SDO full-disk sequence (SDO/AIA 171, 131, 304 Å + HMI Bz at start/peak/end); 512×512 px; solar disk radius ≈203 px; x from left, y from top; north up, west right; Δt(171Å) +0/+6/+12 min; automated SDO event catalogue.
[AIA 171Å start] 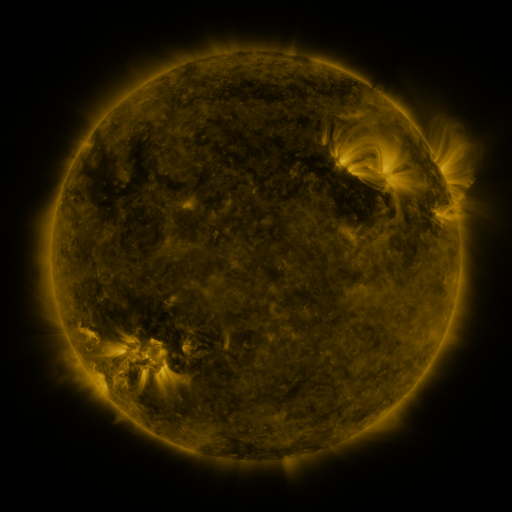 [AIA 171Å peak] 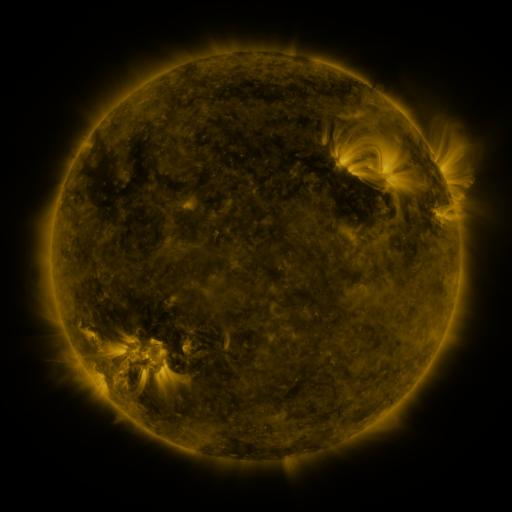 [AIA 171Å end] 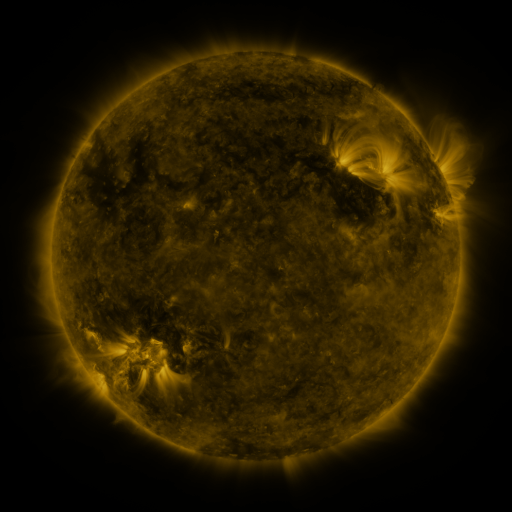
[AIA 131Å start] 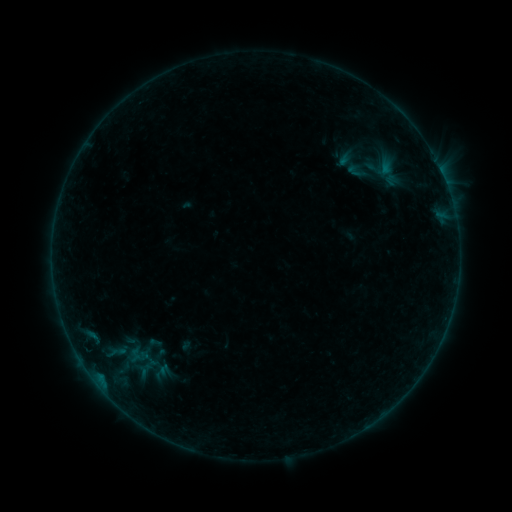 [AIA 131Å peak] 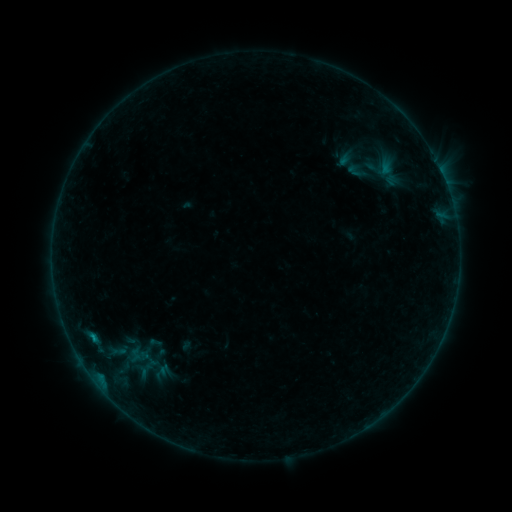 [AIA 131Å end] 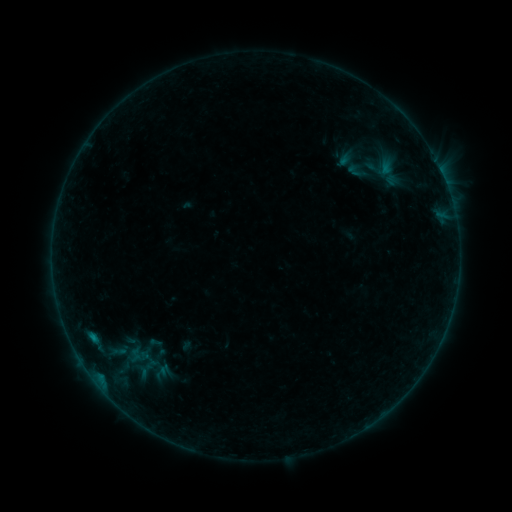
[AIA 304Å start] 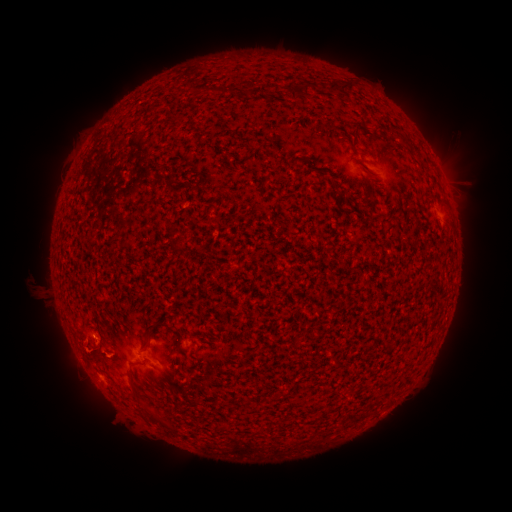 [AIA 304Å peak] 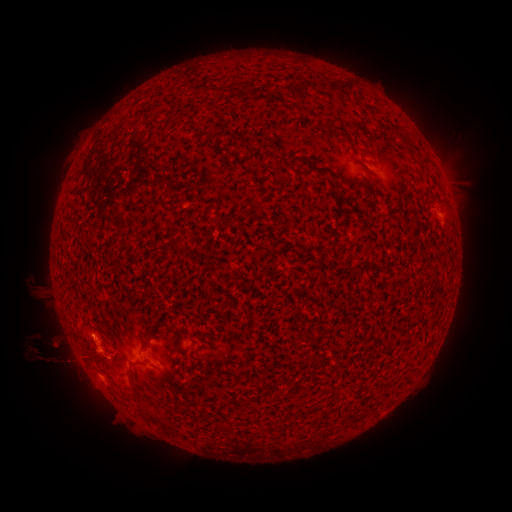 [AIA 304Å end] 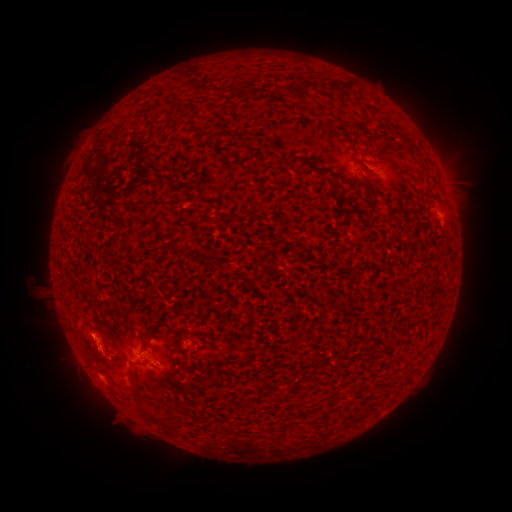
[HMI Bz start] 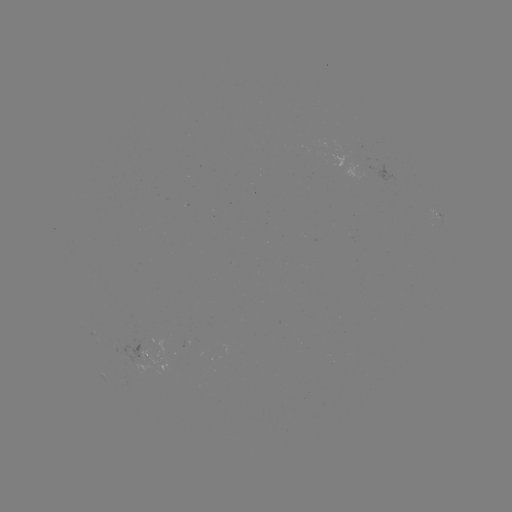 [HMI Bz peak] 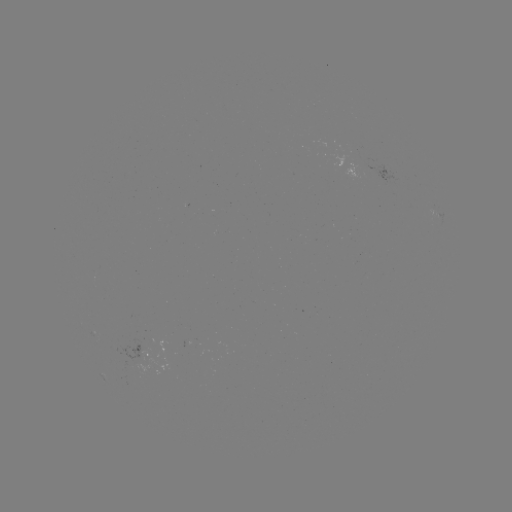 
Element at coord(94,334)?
B3.3 flare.